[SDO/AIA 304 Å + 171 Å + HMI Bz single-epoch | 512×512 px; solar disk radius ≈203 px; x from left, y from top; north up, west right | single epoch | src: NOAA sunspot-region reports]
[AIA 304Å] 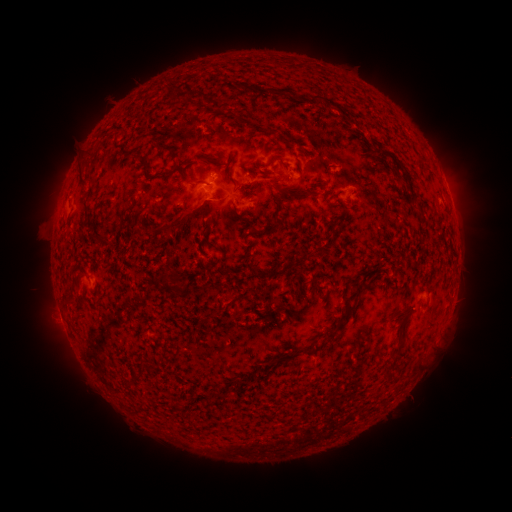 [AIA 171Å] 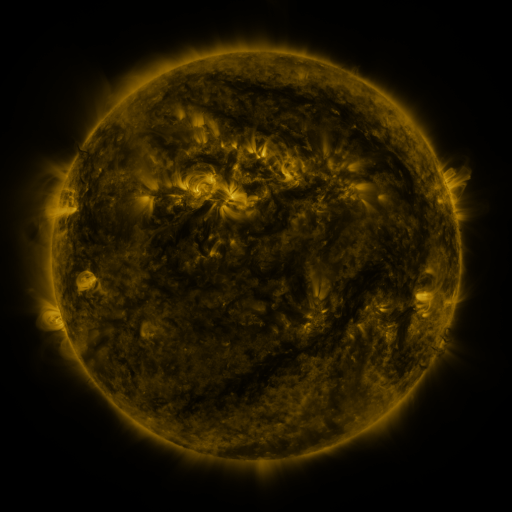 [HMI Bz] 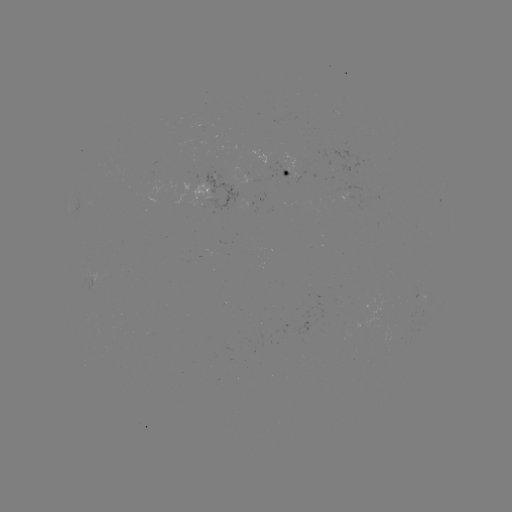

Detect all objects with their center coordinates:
spotted active region: (286, 172)
spotted active region: (359, 195)
